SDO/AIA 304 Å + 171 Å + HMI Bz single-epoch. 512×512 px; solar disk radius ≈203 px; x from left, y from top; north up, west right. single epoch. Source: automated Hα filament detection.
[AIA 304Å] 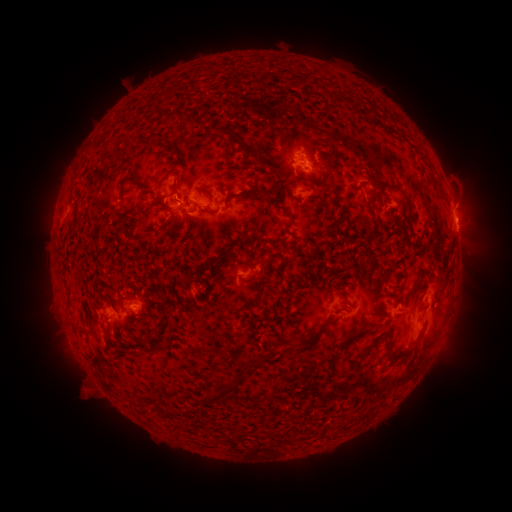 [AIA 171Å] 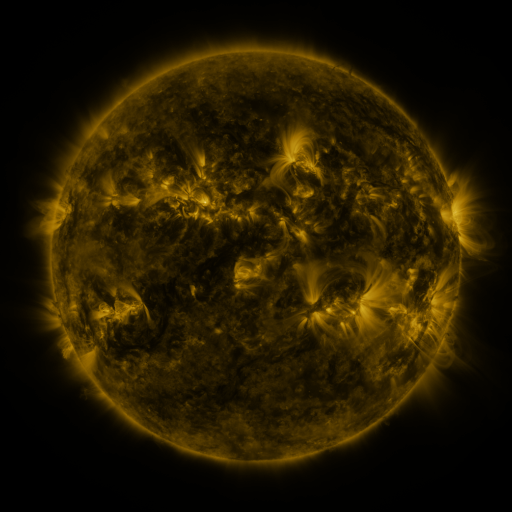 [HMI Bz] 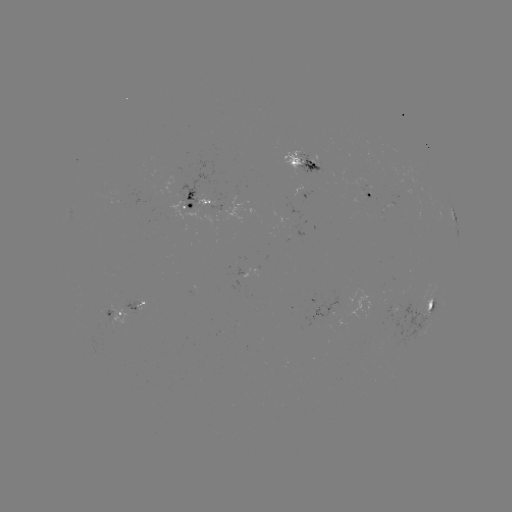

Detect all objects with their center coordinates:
filament: <bbox>150, 88, 173, 102</bbox>
filament: <bbox>329, 93, 340, 101</bbox>
filament: <bbox>98, 96, 156, 147</bbox>
filament: <bbox>164, 111, 192, 124</bbox>
filament: <bbox>212, 126, 252, 157</bbox>
filament: <bbox>162, 140, 171, 149</bbox>
filament: <bbox>104, 148, 130, 170</bbox>
filament: <bbox>316, 149, 332, 160</bbox>
filament: <bbox>178, 156, 187, 168</bbox>
filament: <bbox>94, 166, 104, 180</bbox>
filament: <bbox>326, 175, 337, 195</bbox>
filament: <bbox>369, 175, 401, 189</bbox>
filament: <bbox>118, 176, 136, 188</bbox>
filament: <bbox>237, 184, 284, 211</bbox>
filament: <bbox>362, 200, 376, 208</bbox>
filament: <bbox>67, 300, 73, 312</bbox>
filament: <bbox>418, 315, 430, 338</bbox>
filament: <bbox>307, 328, 322, 340</bbox>
filament: <bbox>287, 334, 300, 347</bbox>
filament: <bbox>365, 334, 382, 349</bbox>
filament: <bbox>385, 341, 392, 353</bbox>
filament: <bbox>393, 349, 411, 361</bbox>
filament: <bbox>331, 352, 341, 370</bbox>
filament: <bbox>207, 392, 223, 403</bbox>
